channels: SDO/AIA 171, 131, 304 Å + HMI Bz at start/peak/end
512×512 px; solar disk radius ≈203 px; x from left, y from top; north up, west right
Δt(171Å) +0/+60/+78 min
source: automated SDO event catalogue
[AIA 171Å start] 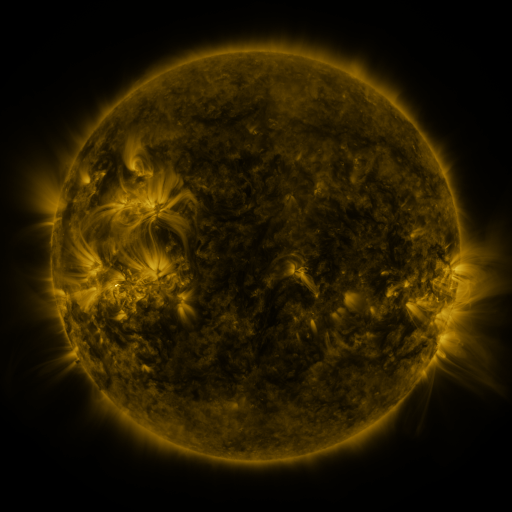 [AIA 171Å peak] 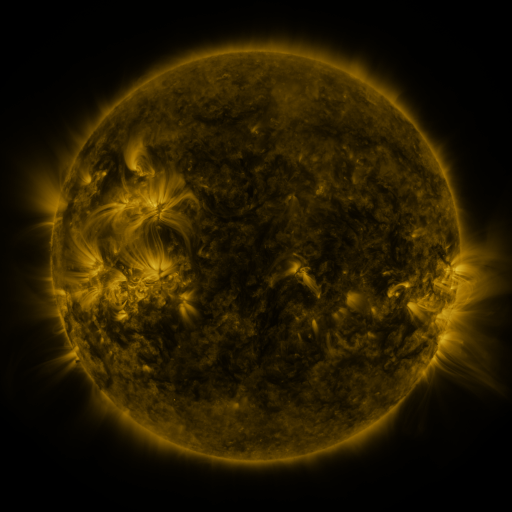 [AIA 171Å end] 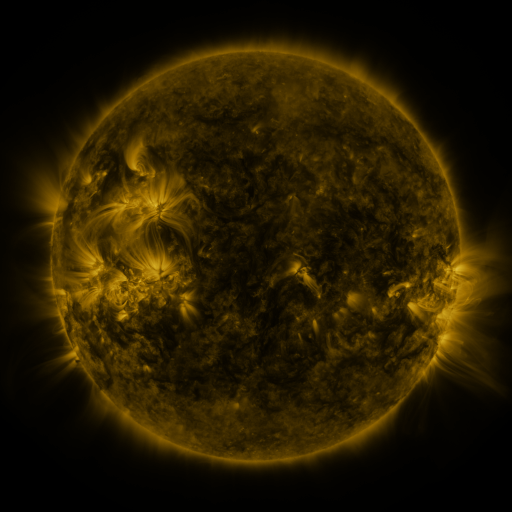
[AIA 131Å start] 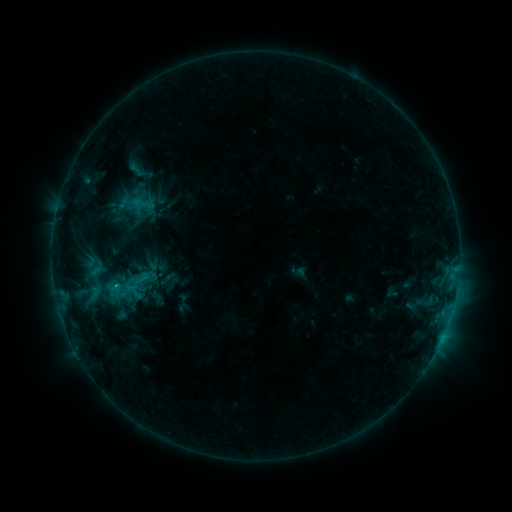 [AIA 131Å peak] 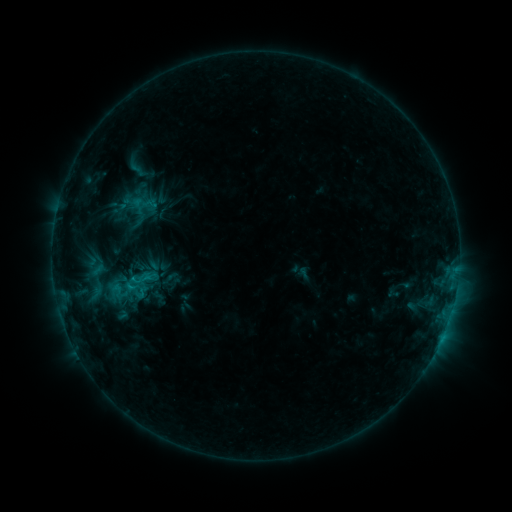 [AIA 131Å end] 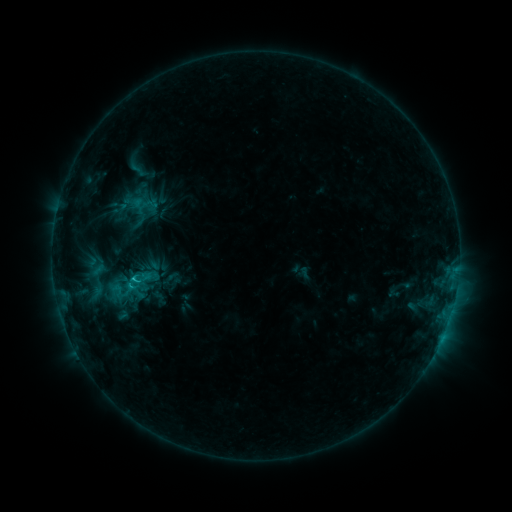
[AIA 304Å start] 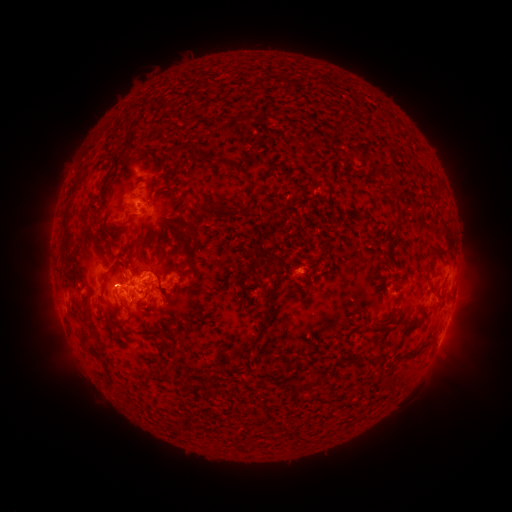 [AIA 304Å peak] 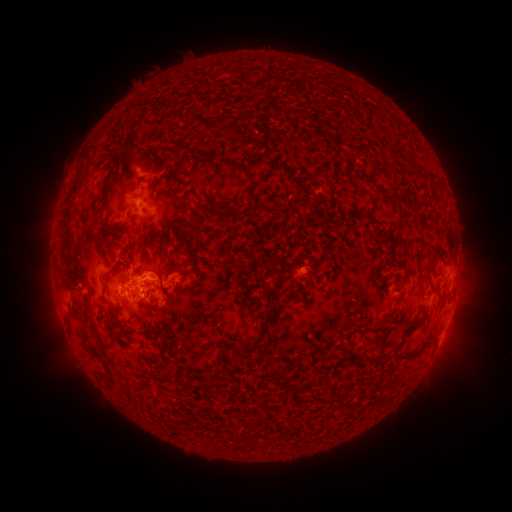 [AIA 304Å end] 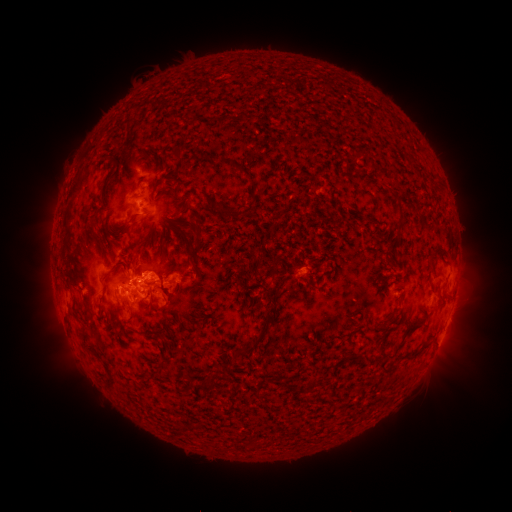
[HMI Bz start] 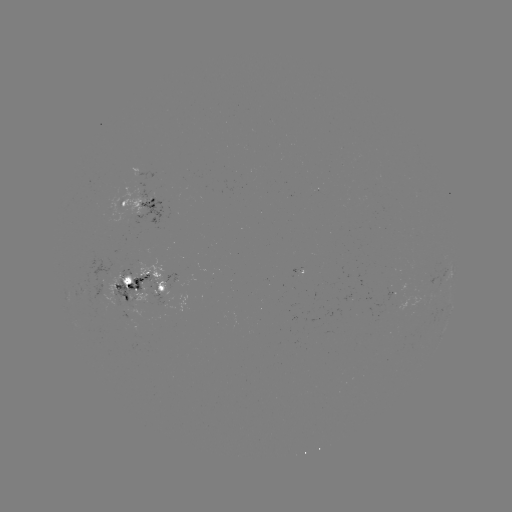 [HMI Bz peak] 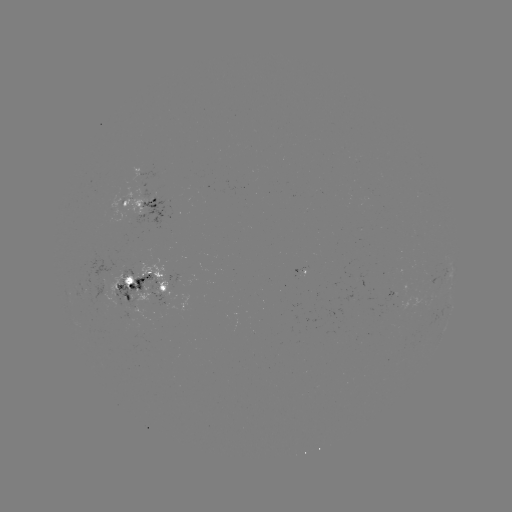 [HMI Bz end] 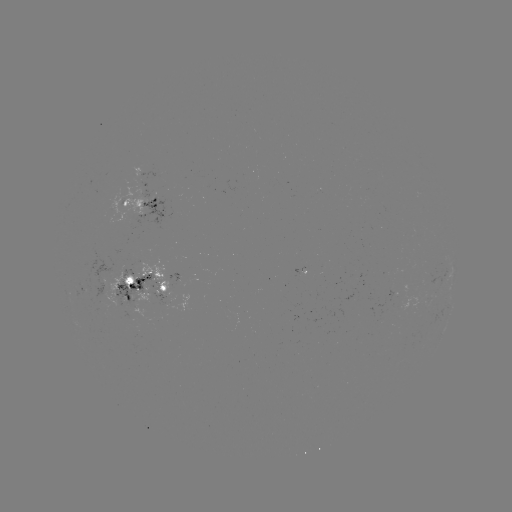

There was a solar emerging-flux region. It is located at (407, 289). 